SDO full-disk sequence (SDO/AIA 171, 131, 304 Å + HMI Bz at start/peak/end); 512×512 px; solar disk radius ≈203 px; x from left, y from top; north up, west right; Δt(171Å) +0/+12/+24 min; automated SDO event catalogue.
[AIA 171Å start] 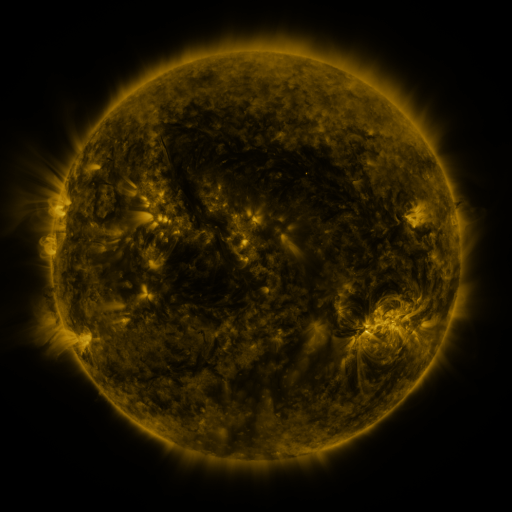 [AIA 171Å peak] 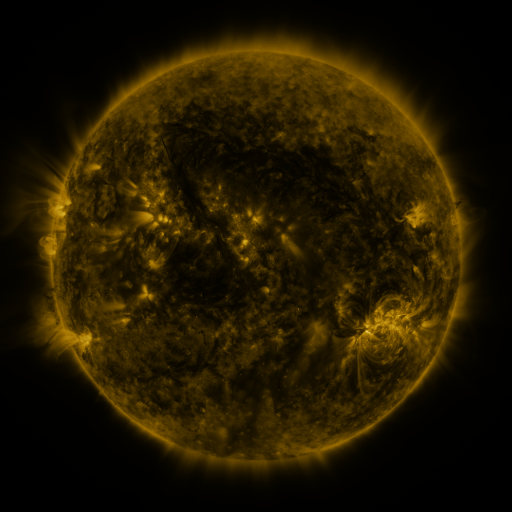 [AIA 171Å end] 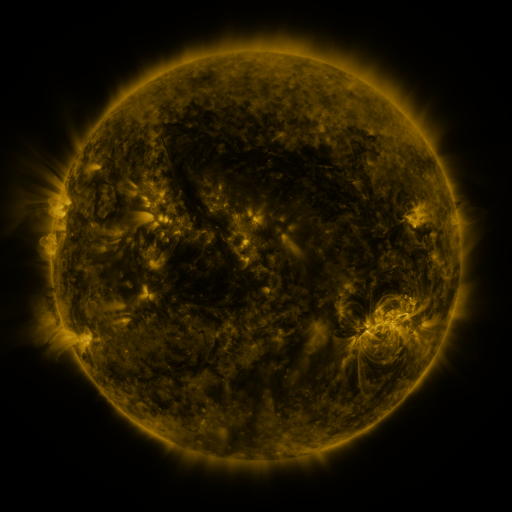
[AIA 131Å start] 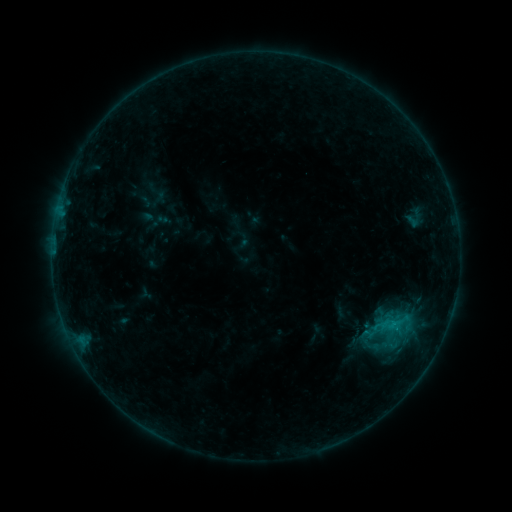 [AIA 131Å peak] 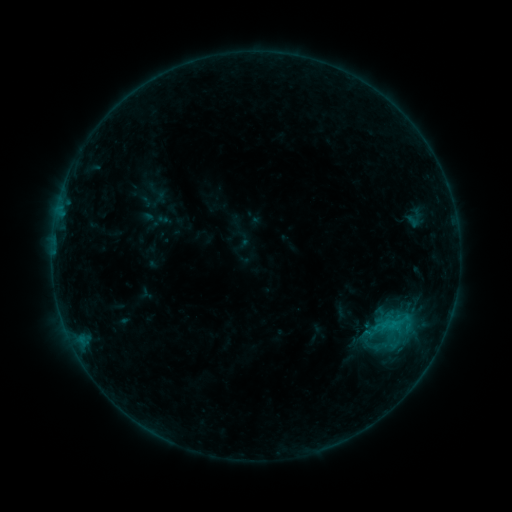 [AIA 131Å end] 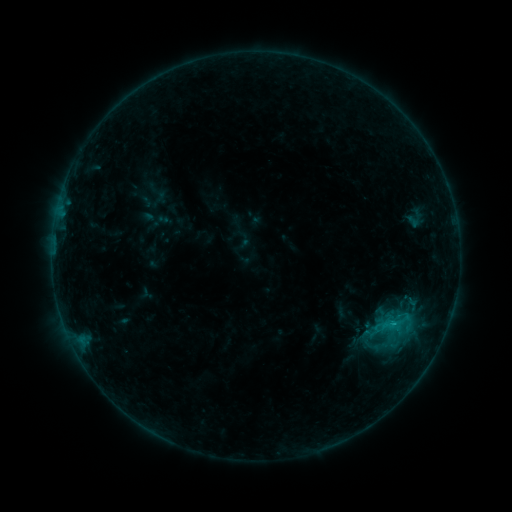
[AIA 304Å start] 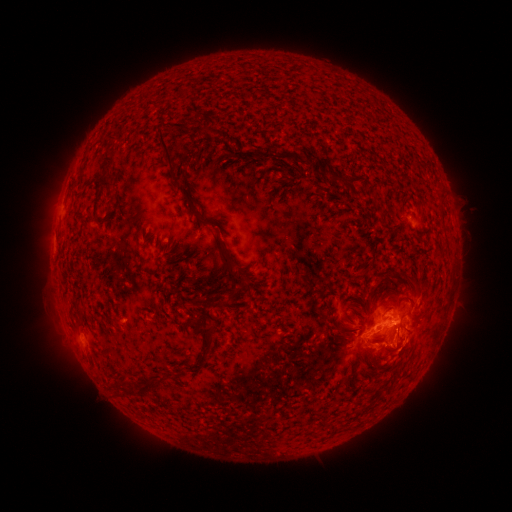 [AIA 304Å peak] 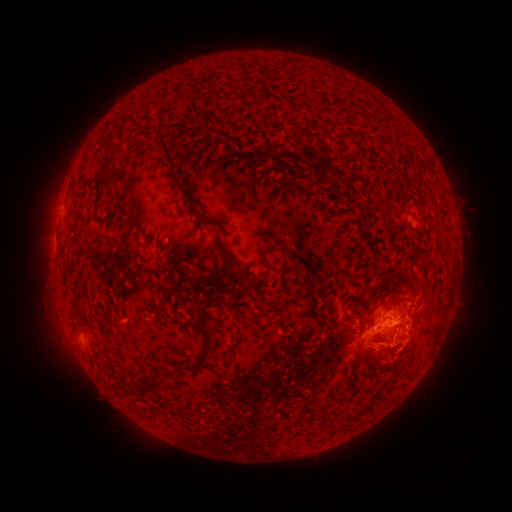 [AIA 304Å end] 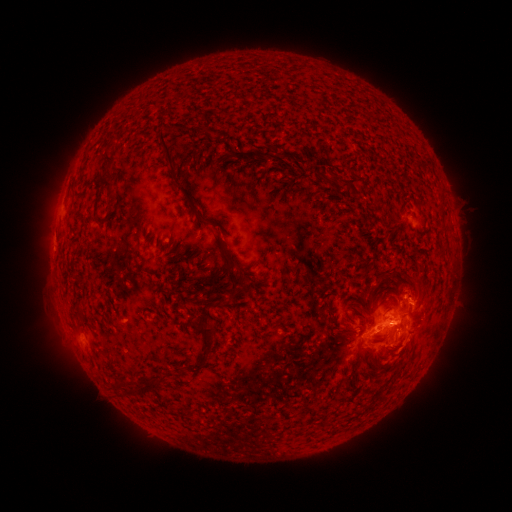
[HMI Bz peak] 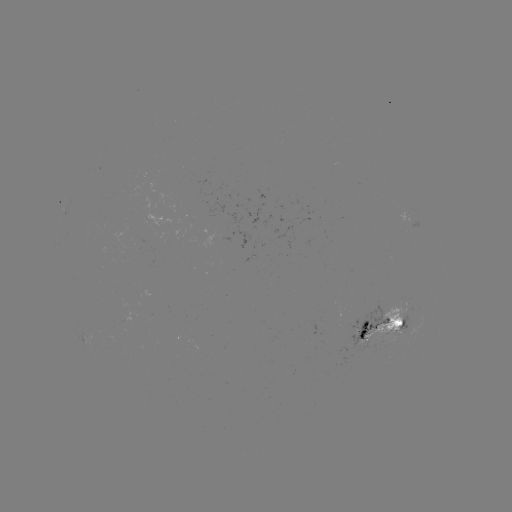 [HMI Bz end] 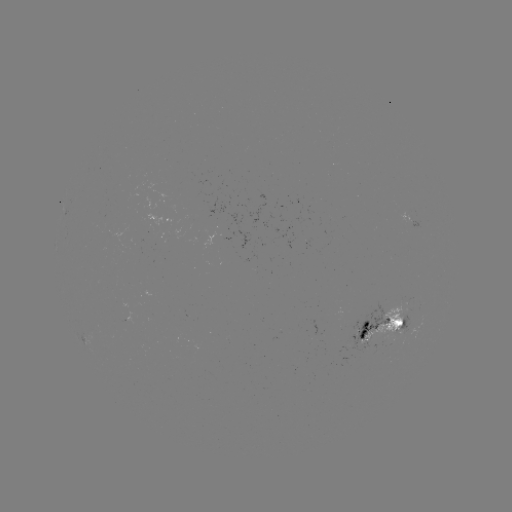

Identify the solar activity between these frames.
eruption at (421, 289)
